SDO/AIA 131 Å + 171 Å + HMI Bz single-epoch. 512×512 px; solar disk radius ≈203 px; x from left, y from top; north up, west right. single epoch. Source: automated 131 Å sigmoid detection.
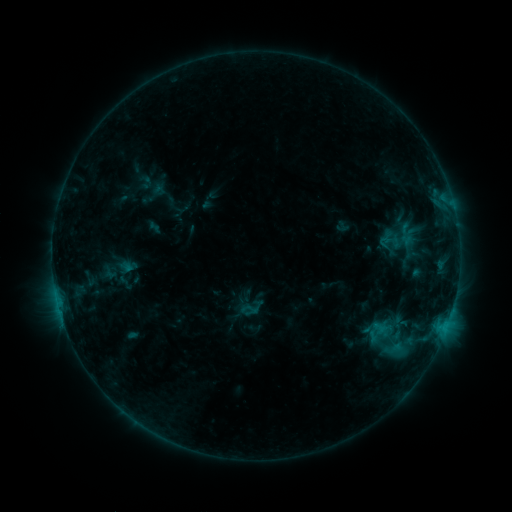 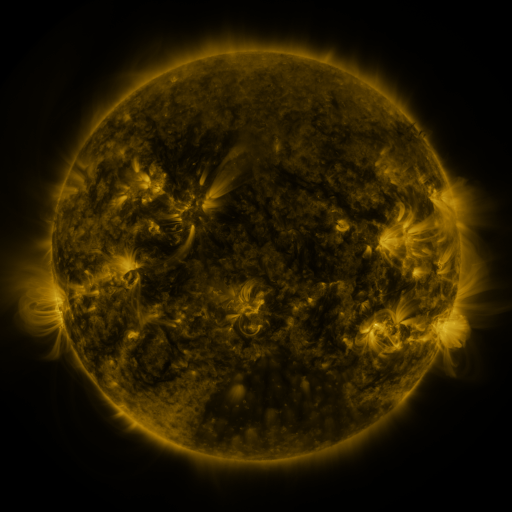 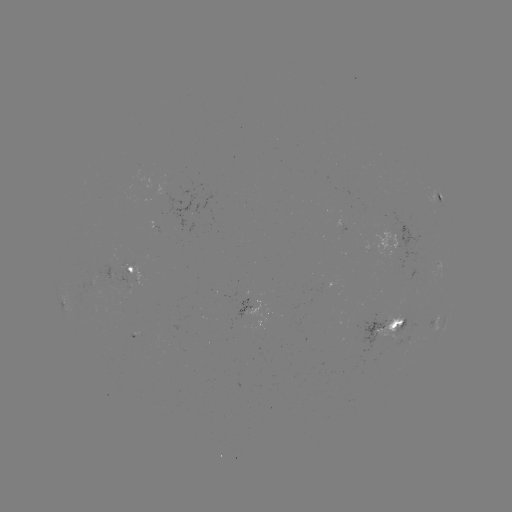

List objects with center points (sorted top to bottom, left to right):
sigmoid: (385, 242)
